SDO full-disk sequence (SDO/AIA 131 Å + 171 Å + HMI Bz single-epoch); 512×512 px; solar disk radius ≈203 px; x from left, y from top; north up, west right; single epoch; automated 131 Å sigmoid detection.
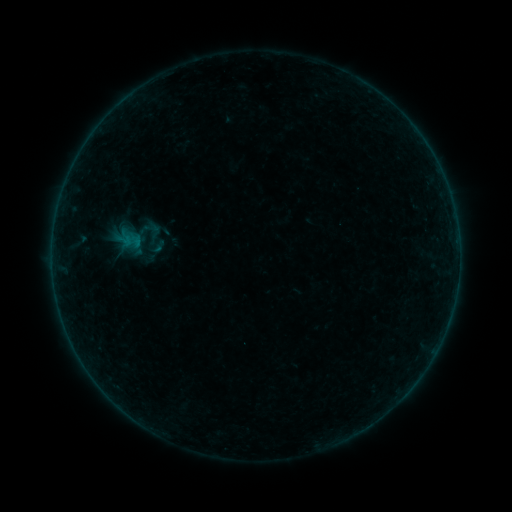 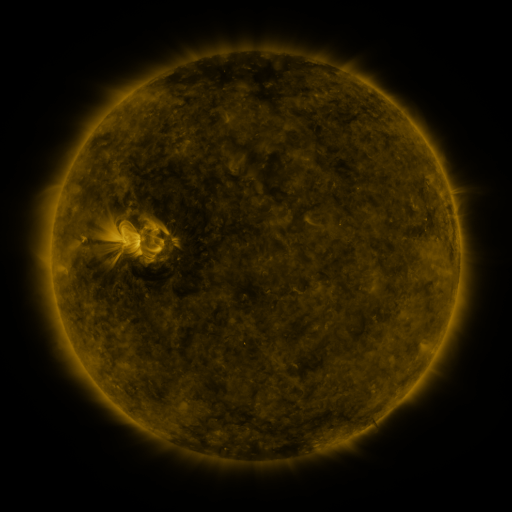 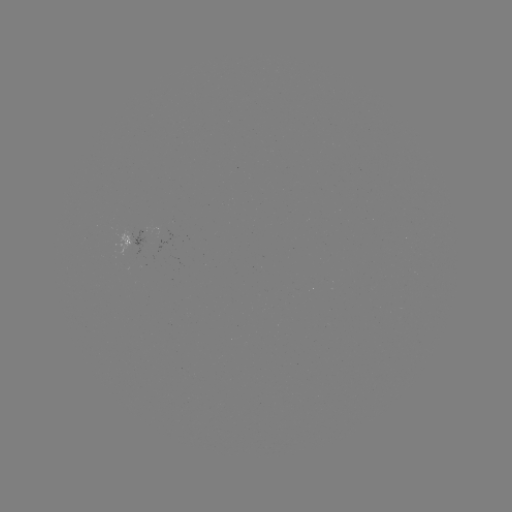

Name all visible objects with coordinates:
sigmoid: <bbox>137, 217, 163, 242</bbox>
sigmoid: <bbox>147, 236, 168, 257</bbox>
